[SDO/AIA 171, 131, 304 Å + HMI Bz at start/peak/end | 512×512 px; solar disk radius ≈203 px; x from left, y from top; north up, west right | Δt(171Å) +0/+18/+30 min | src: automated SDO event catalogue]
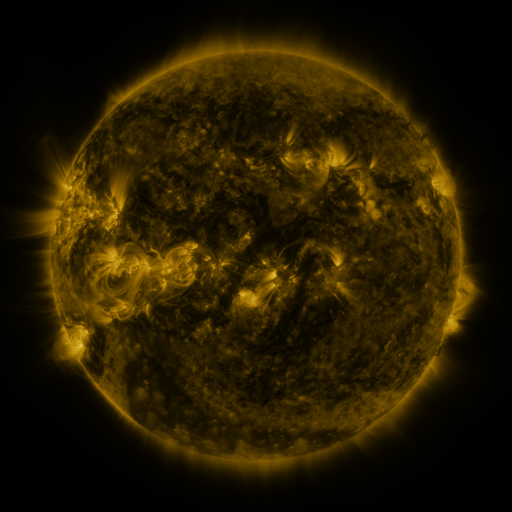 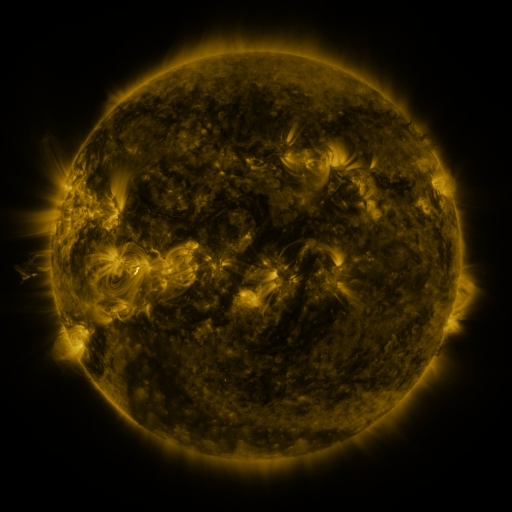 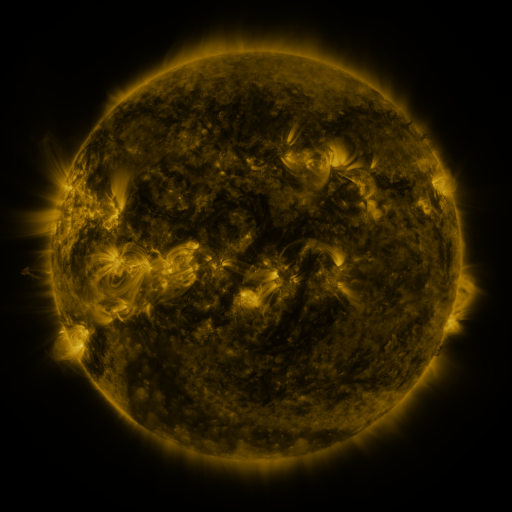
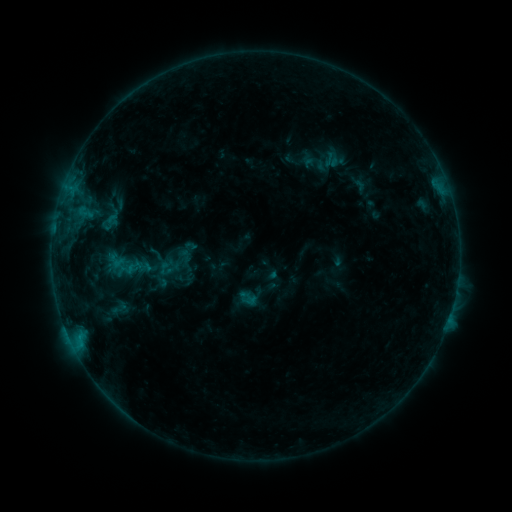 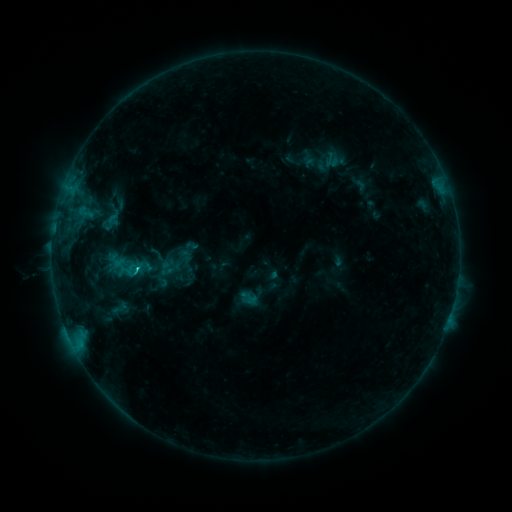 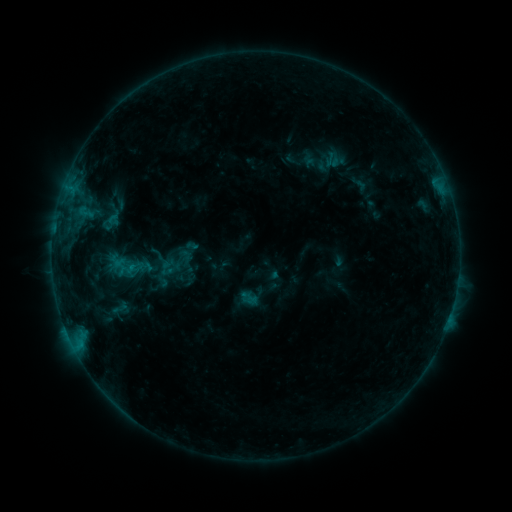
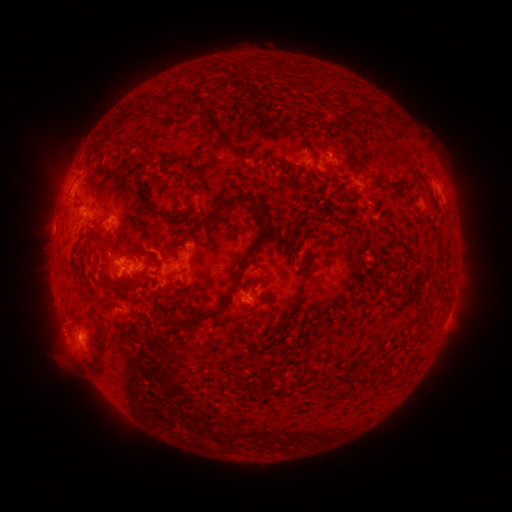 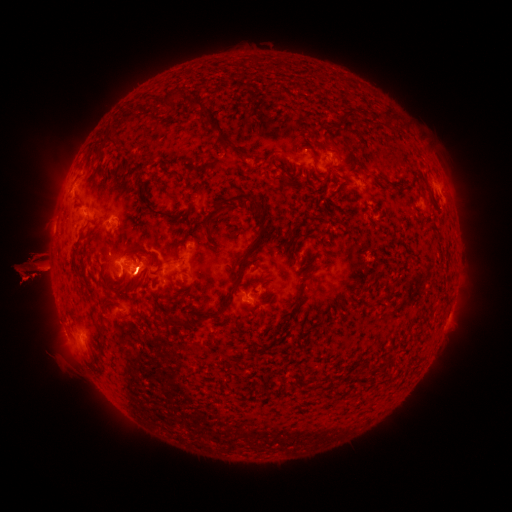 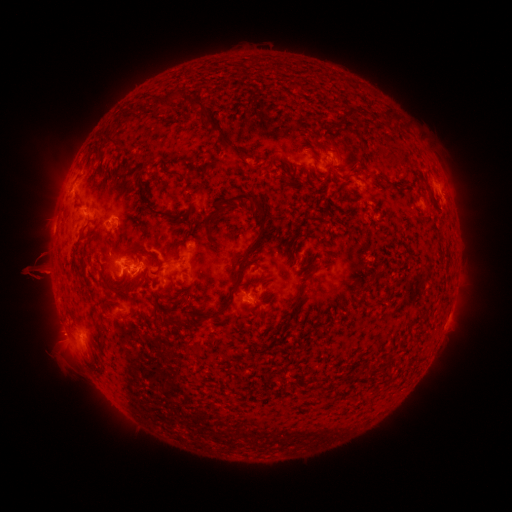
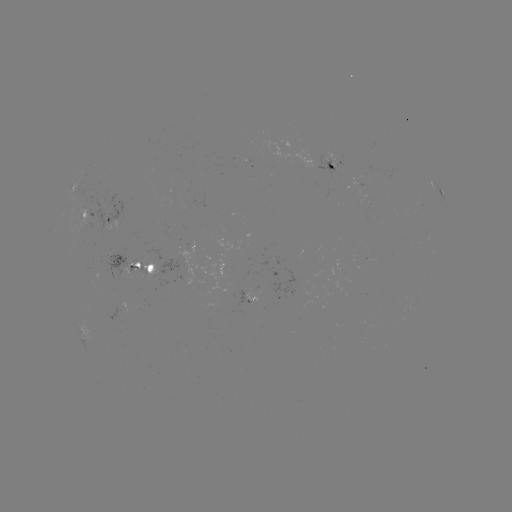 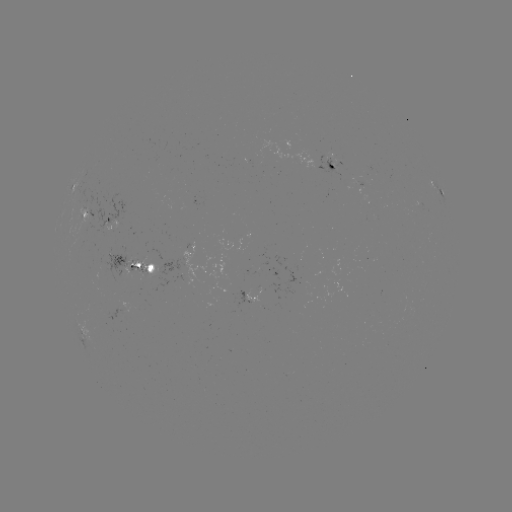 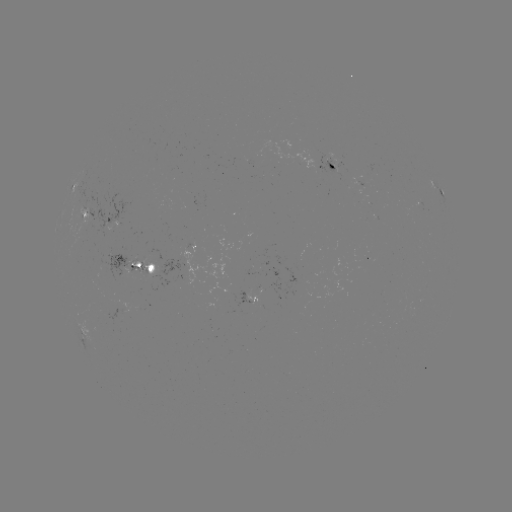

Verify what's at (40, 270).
eruption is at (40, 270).